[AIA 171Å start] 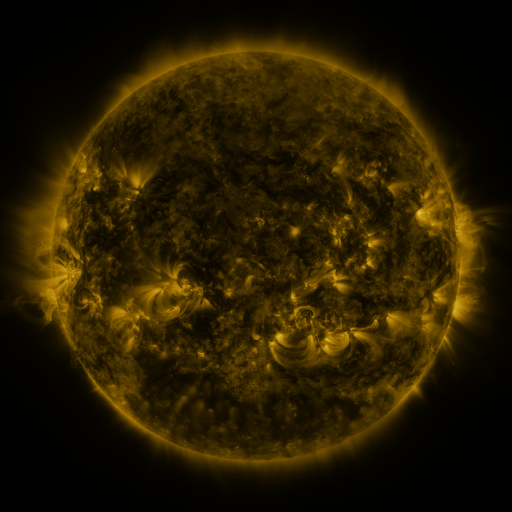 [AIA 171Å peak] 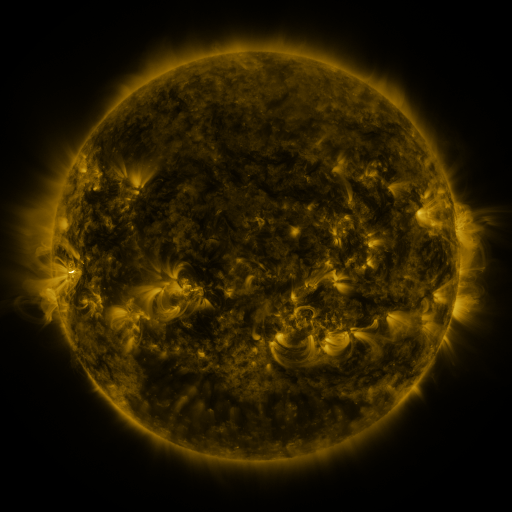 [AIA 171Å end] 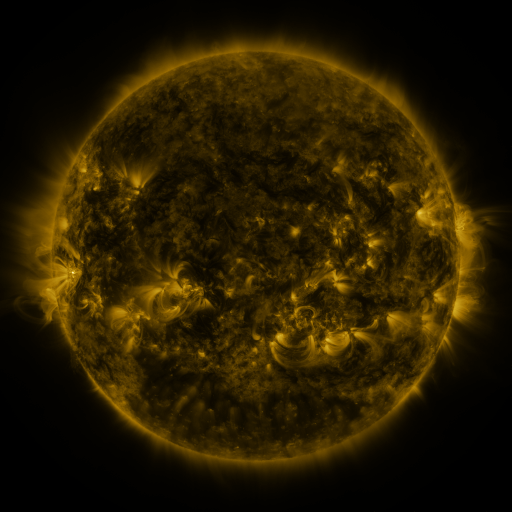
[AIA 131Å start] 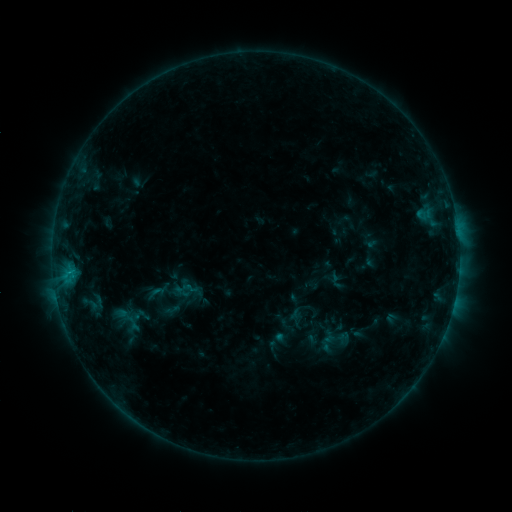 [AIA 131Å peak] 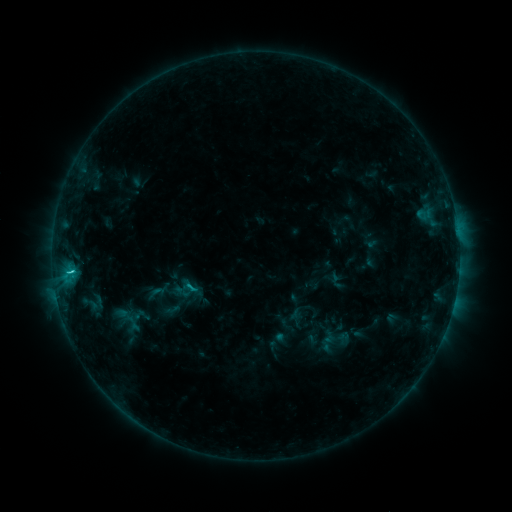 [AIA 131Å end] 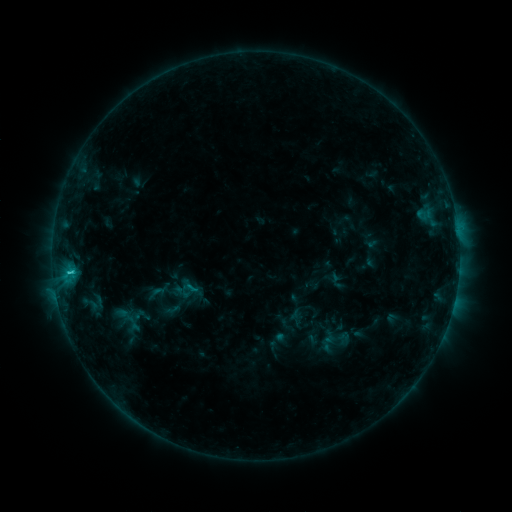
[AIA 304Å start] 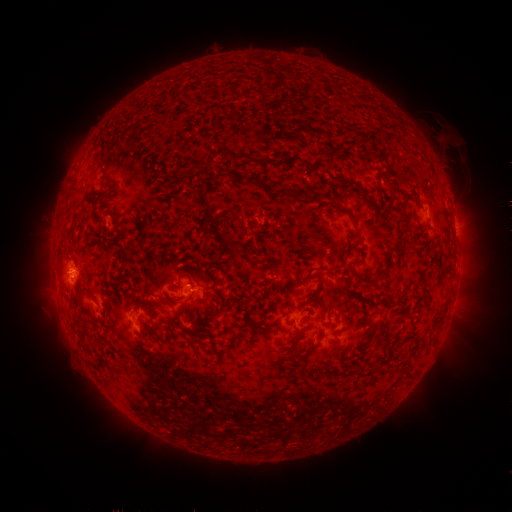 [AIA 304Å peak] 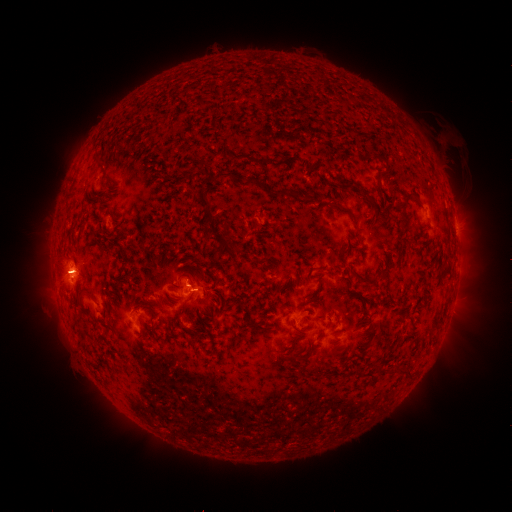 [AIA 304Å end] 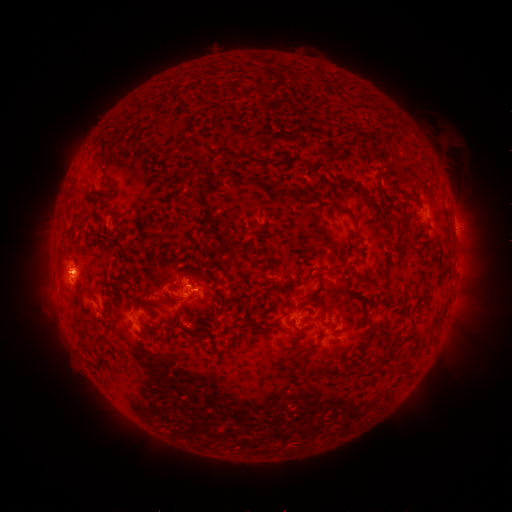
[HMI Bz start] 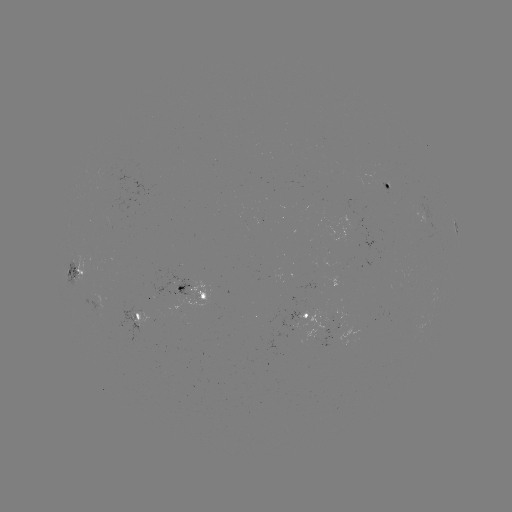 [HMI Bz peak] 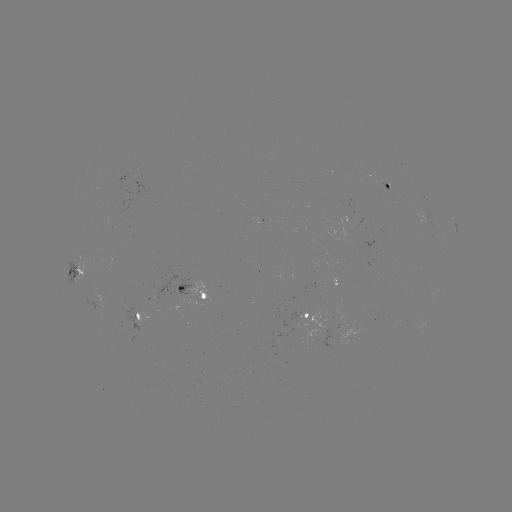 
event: flare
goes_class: C1.6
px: (72, 269)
